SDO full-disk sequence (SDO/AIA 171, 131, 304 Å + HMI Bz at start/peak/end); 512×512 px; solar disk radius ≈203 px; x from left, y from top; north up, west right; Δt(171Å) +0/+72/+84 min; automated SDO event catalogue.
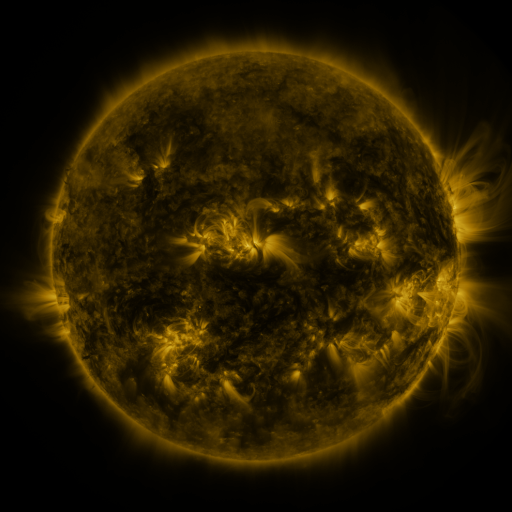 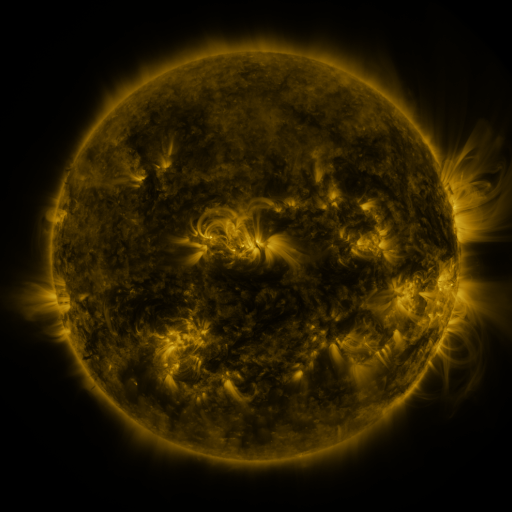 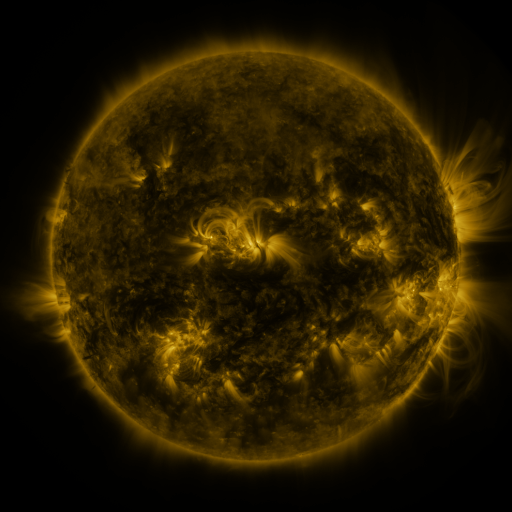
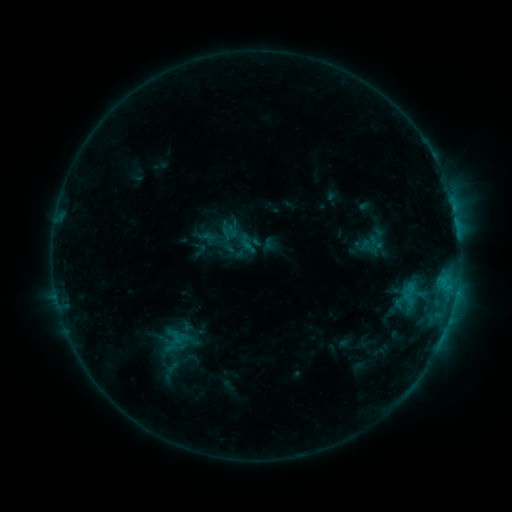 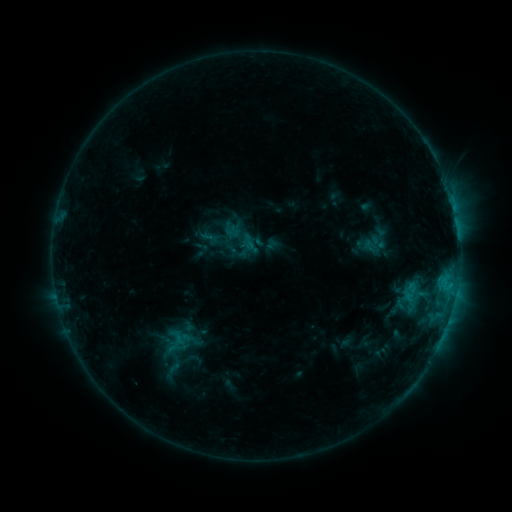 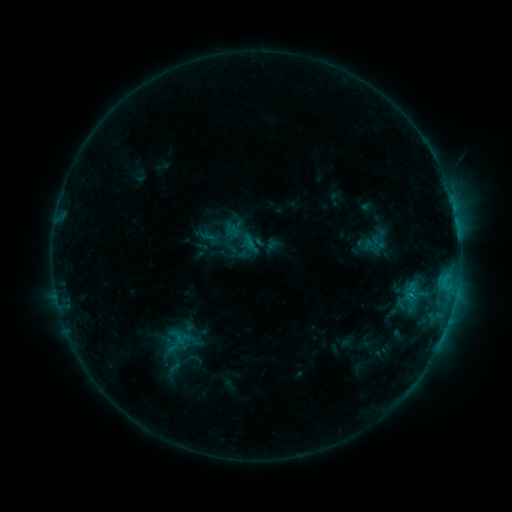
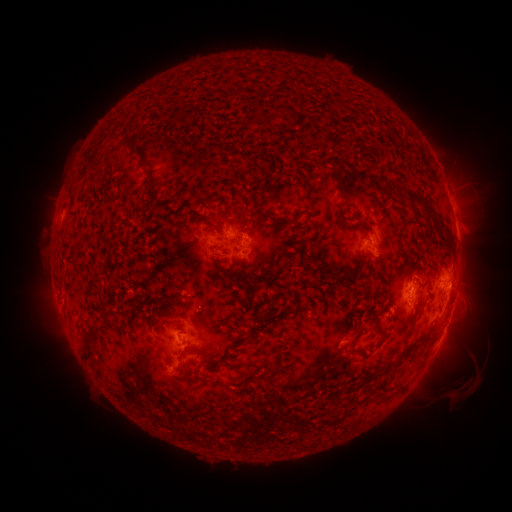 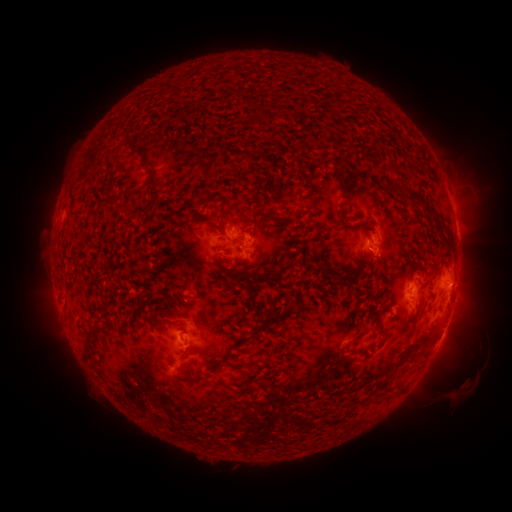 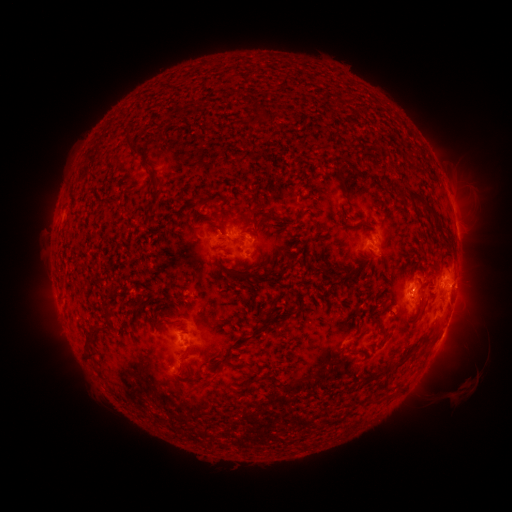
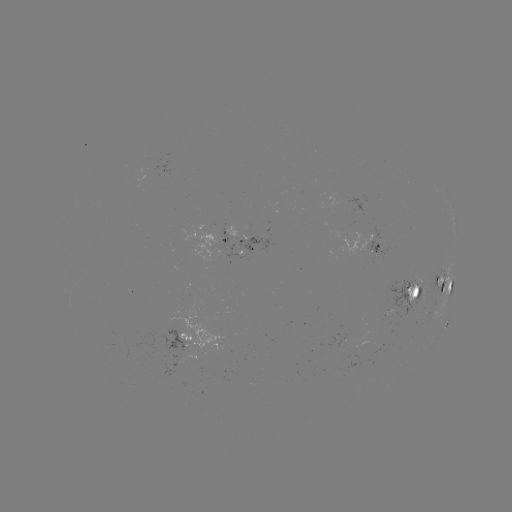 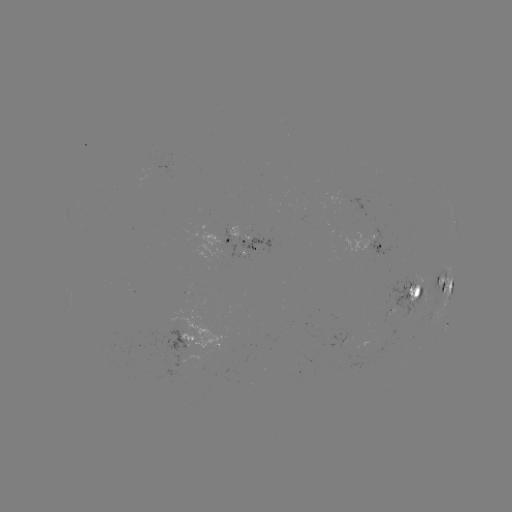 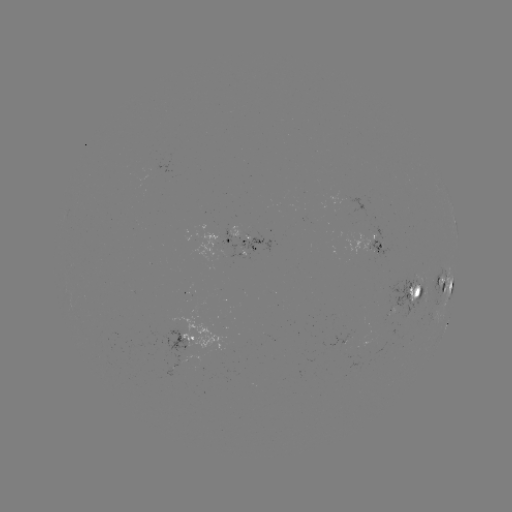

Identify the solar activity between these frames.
emerging-flux region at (391, 302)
